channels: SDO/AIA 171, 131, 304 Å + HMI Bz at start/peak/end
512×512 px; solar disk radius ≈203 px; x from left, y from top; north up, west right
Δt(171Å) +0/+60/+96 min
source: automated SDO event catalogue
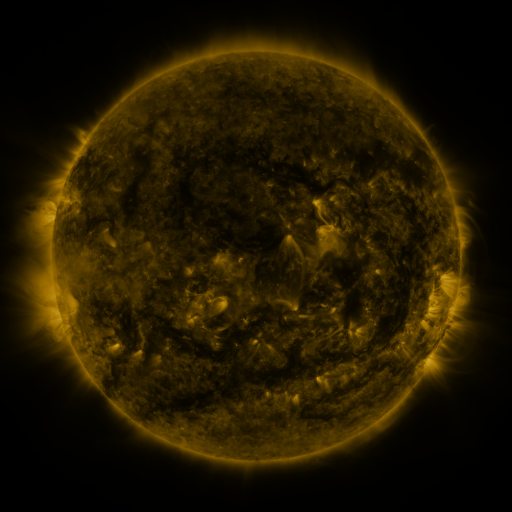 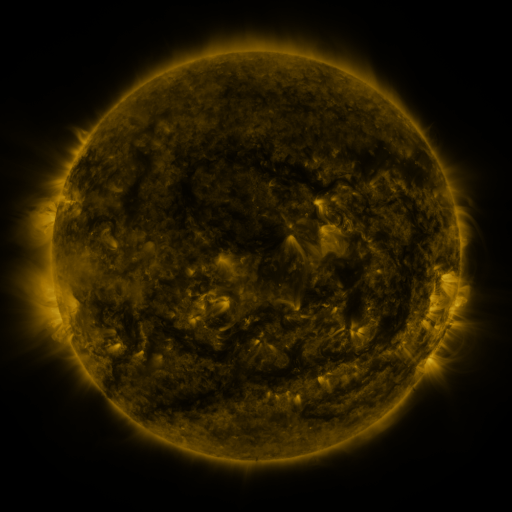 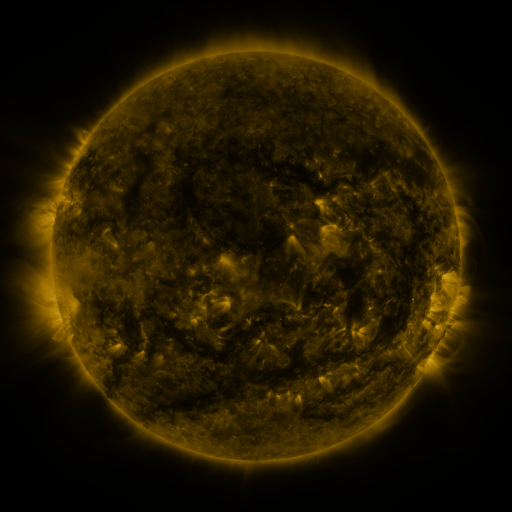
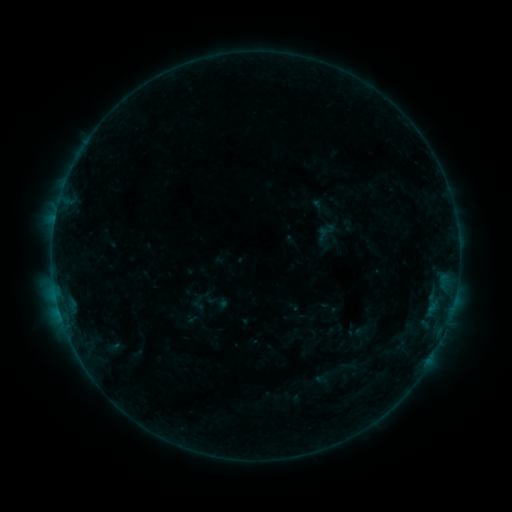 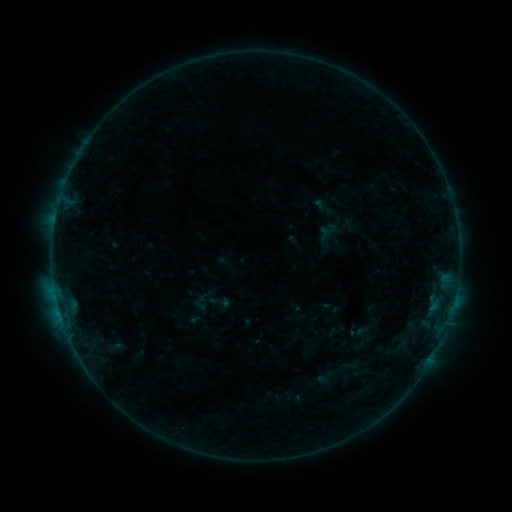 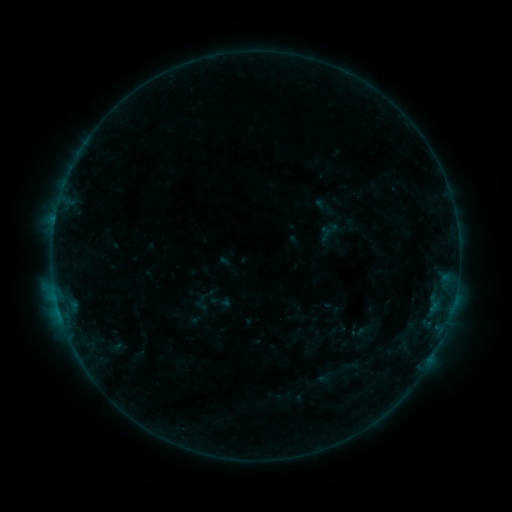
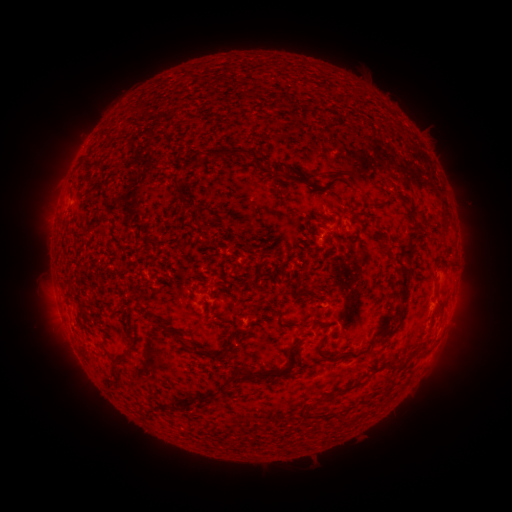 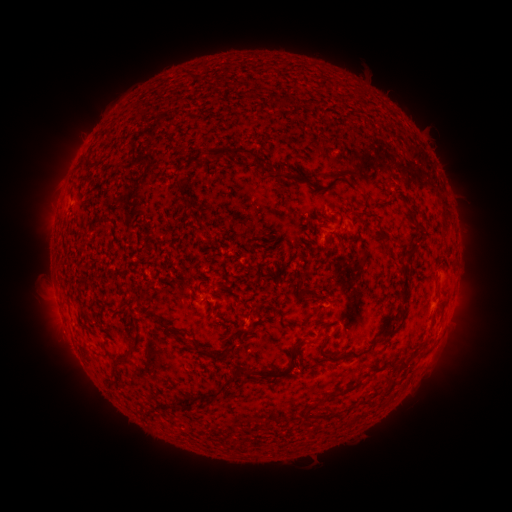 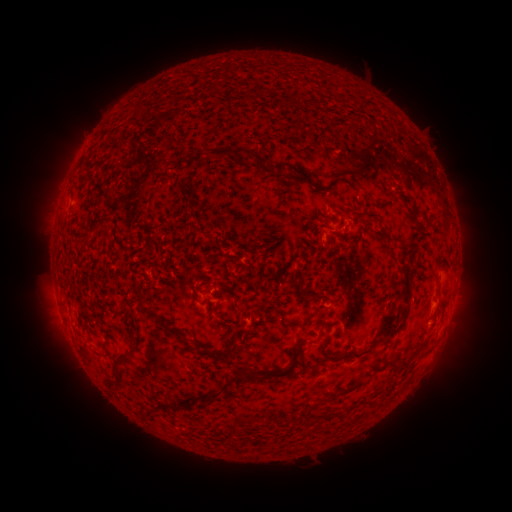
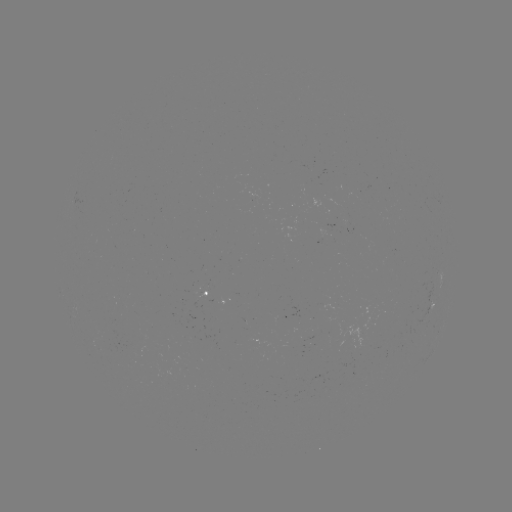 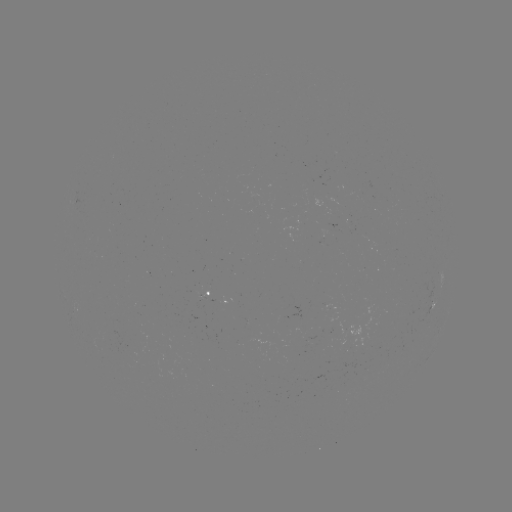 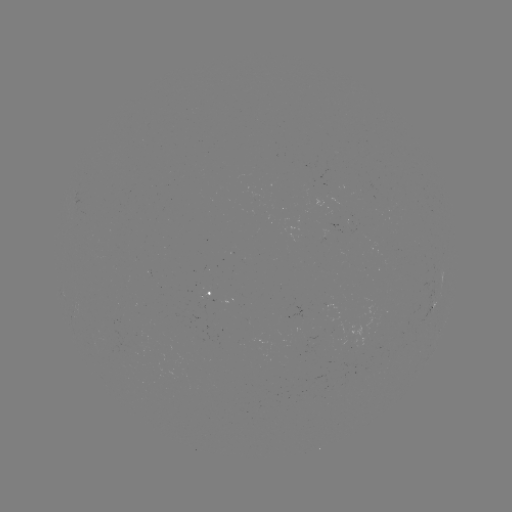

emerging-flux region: <bbox>209, 300, 219, 304</bbox>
